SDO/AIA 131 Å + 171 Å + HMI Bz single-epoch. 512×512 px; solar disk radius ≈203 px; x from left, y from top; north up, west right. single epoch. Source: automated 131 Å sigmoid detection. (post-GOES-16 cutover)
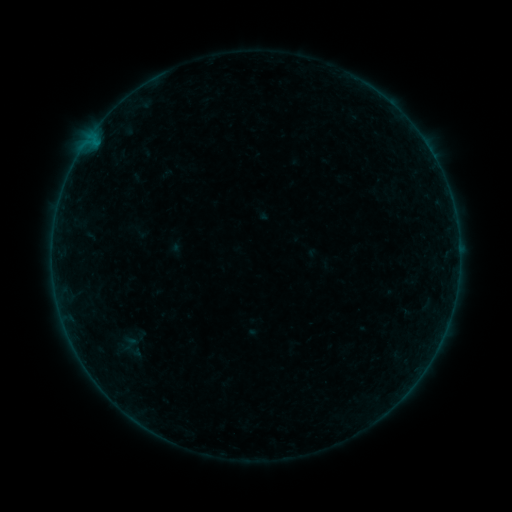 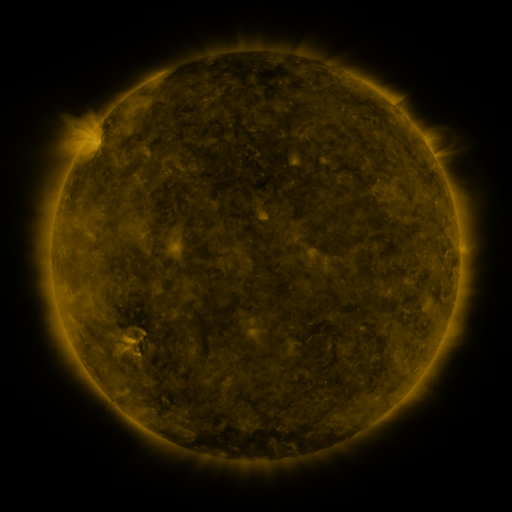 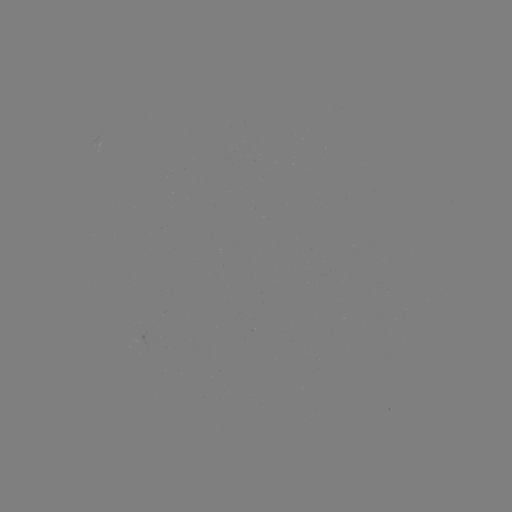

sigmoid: (115, 335, 143, 352)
